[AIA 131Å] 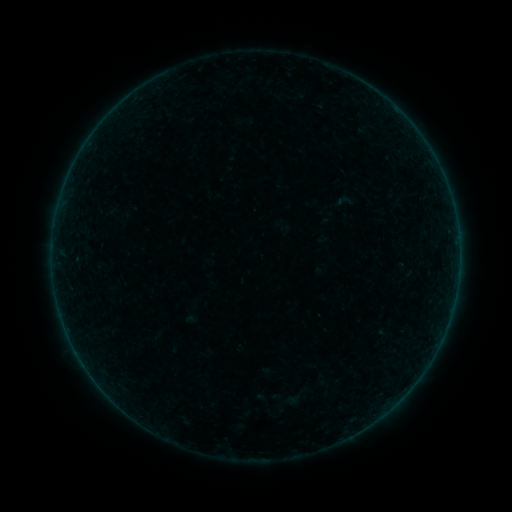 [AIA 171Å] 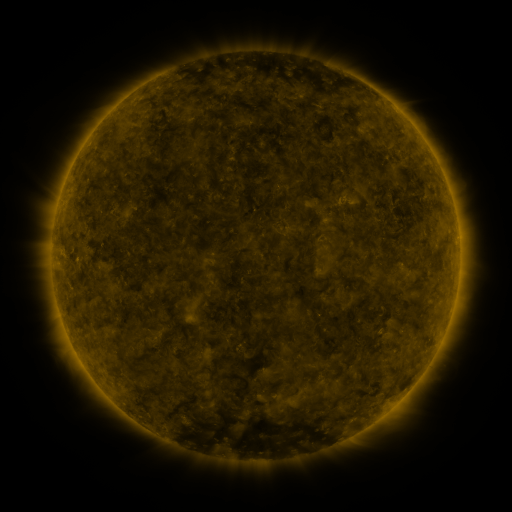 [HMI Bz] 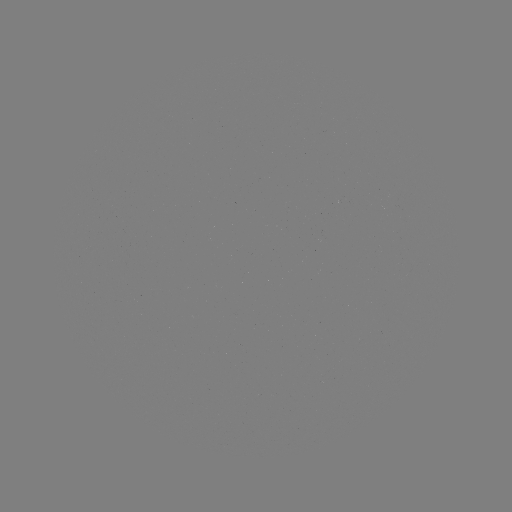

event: sigmoid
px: (344, 200)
